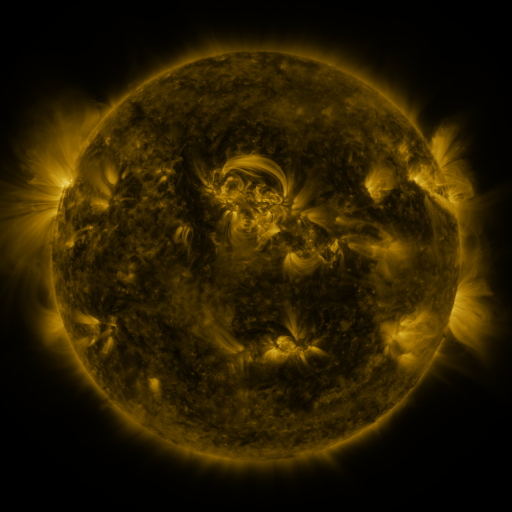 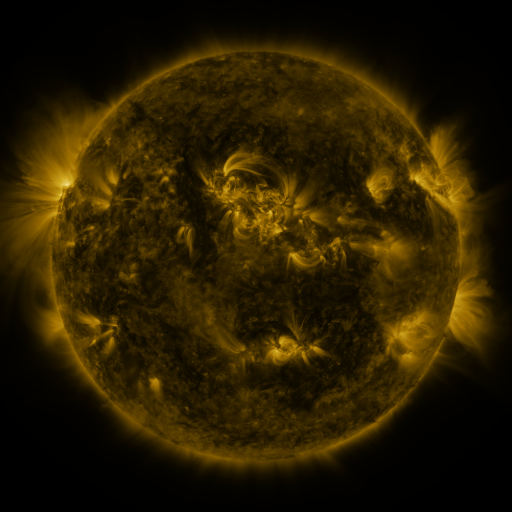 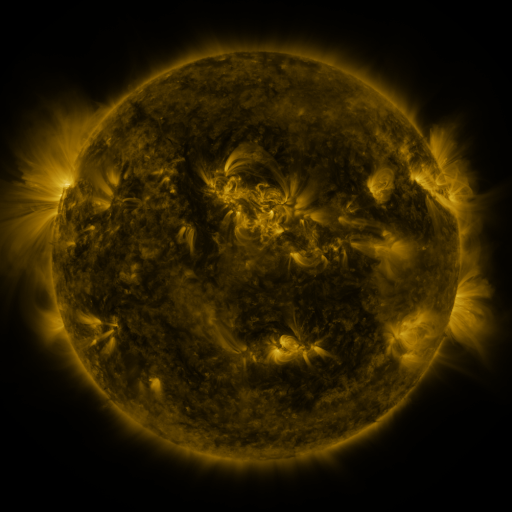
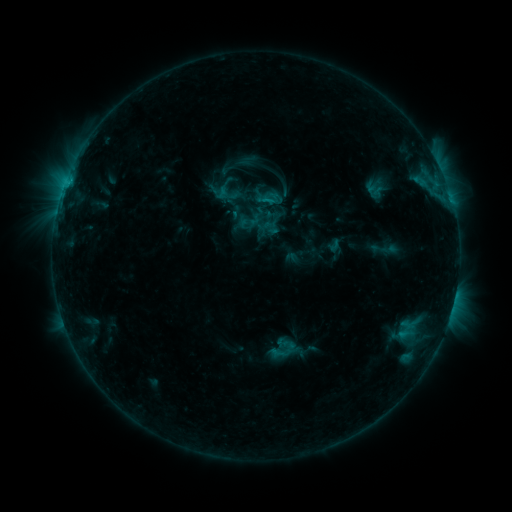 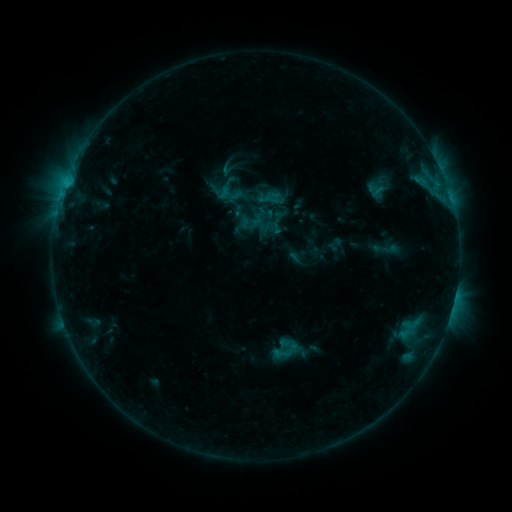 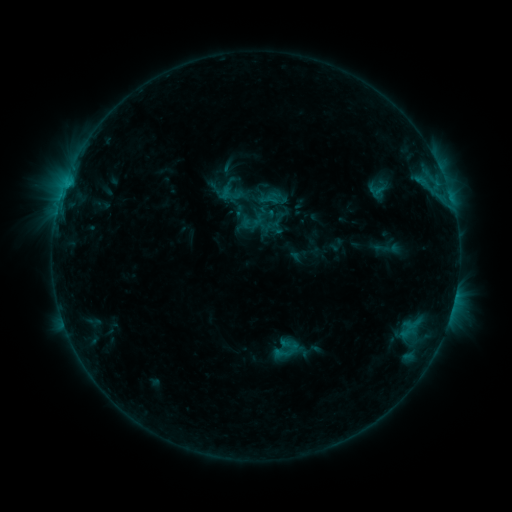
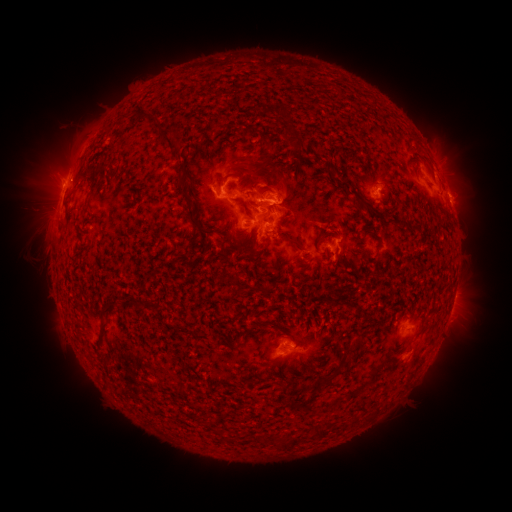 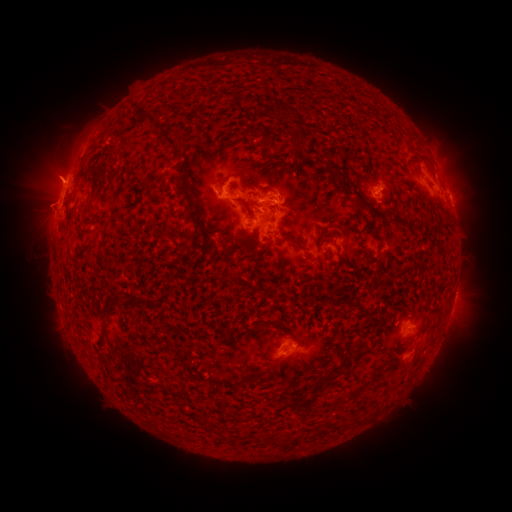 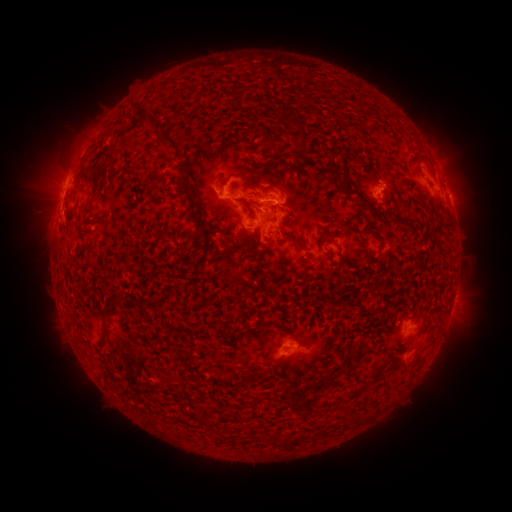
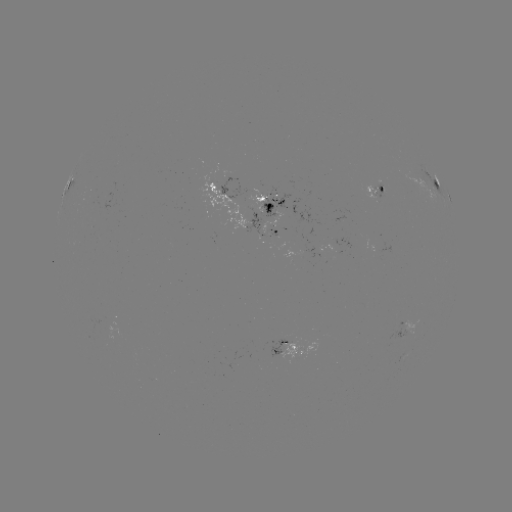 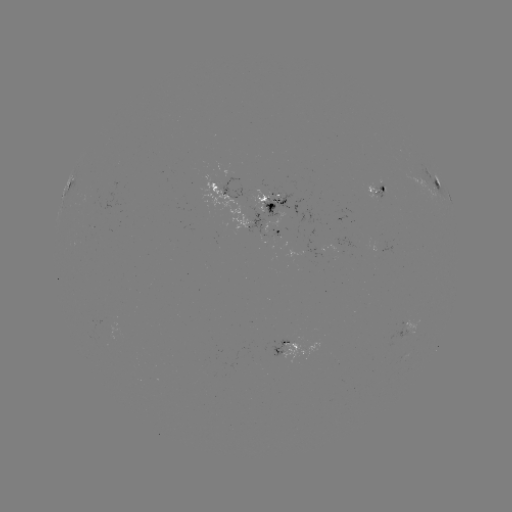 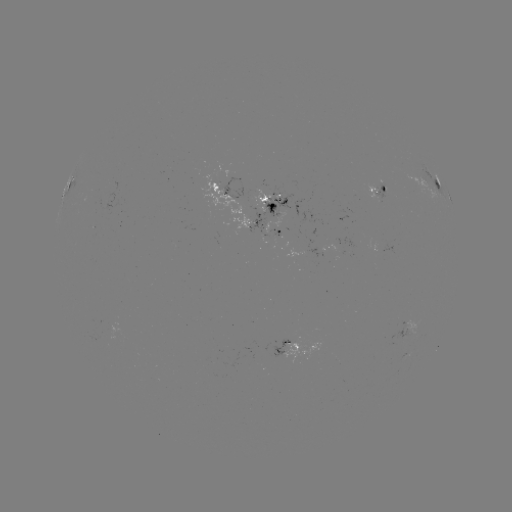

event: emerging-flux region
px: (376, 196)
